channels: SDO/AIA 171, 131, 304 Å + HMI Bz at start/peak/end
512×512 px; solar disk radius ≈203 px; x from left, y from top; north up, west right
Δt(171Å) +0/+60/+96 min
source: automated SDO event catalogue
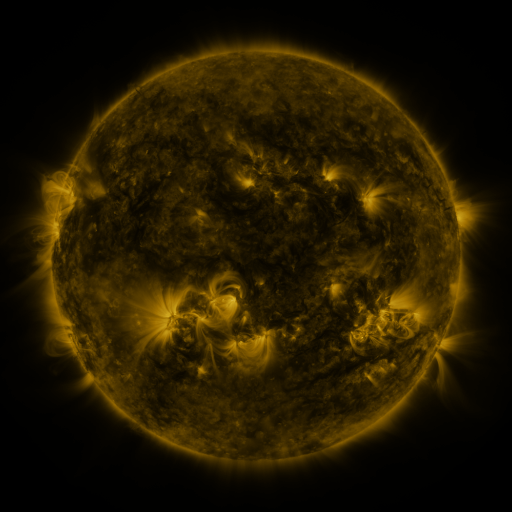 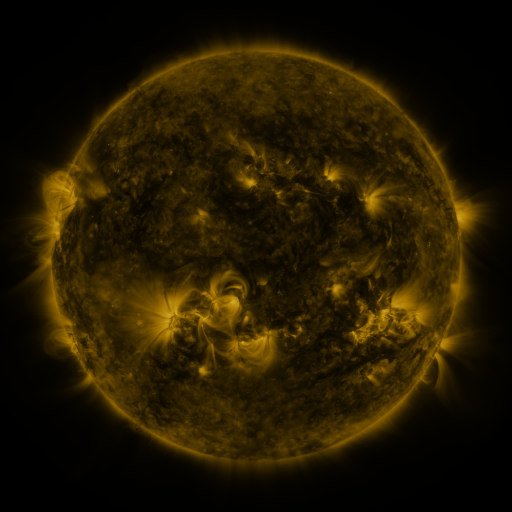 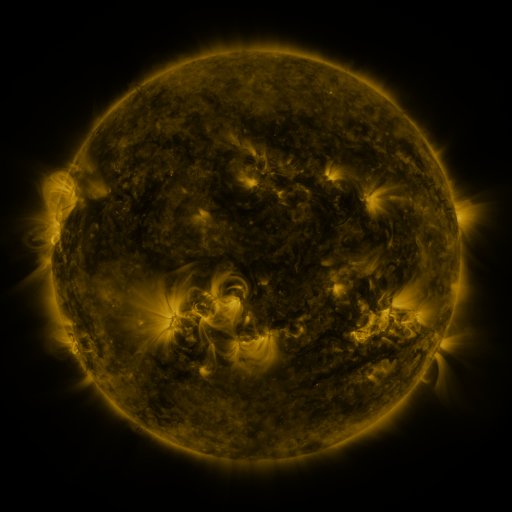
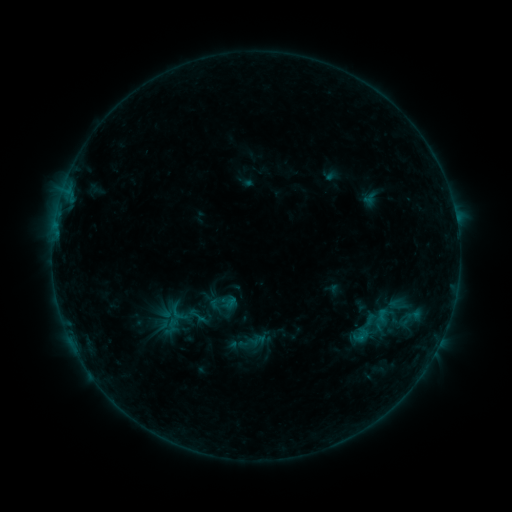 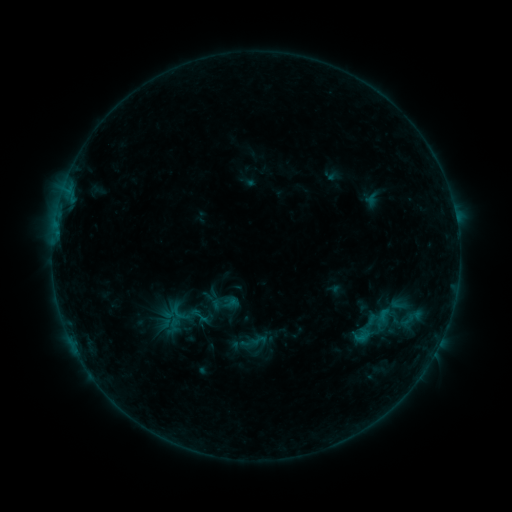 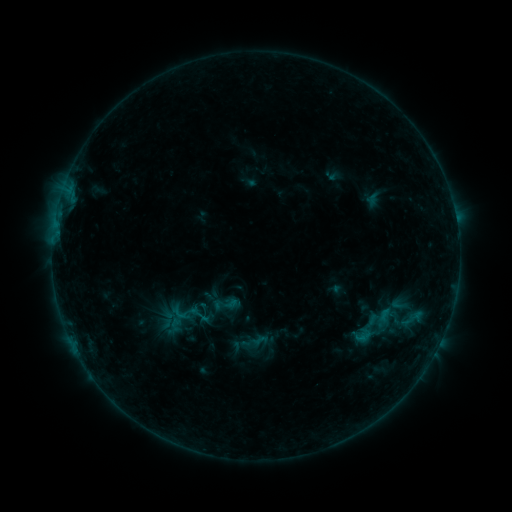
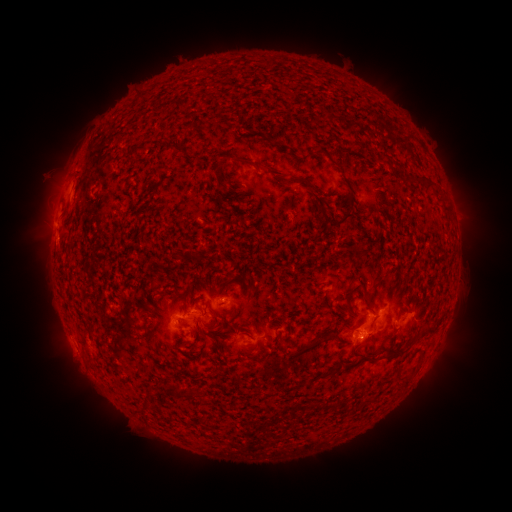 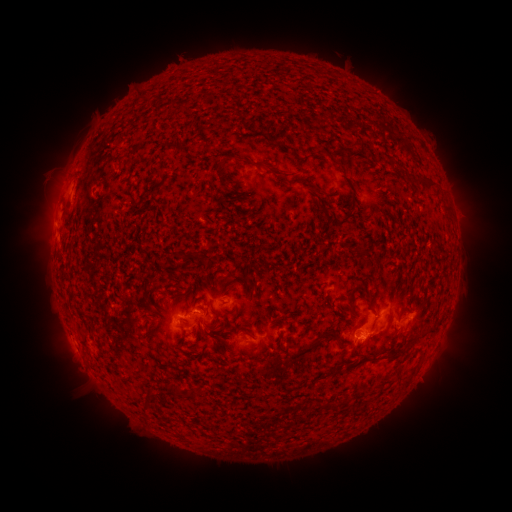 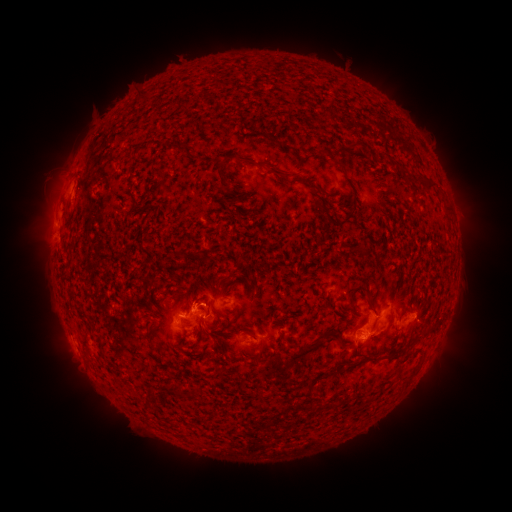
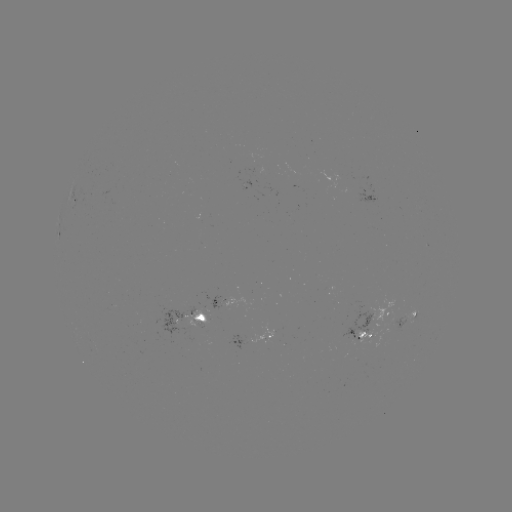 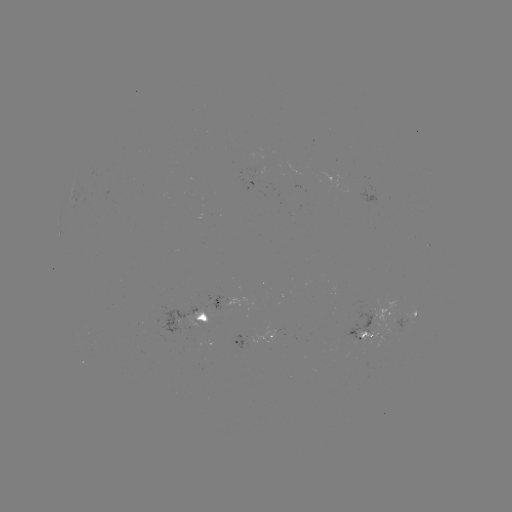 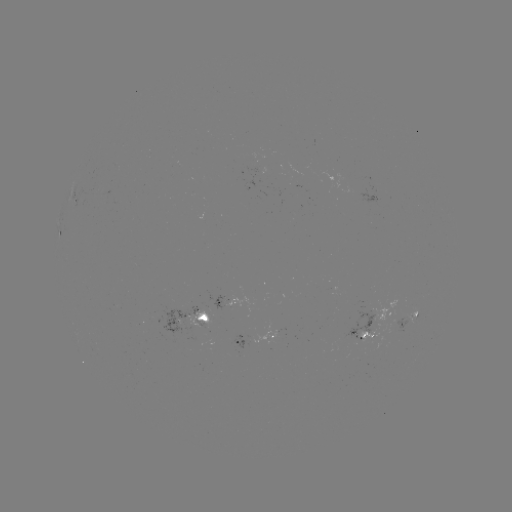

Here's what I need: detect emerging-flux region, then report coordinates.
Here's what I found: emerging-flux region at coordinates [257, 162].